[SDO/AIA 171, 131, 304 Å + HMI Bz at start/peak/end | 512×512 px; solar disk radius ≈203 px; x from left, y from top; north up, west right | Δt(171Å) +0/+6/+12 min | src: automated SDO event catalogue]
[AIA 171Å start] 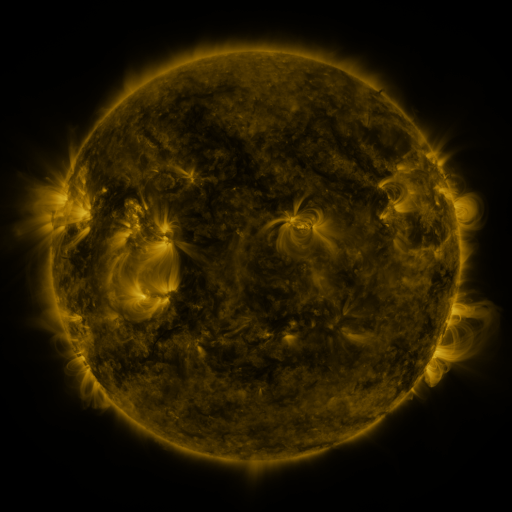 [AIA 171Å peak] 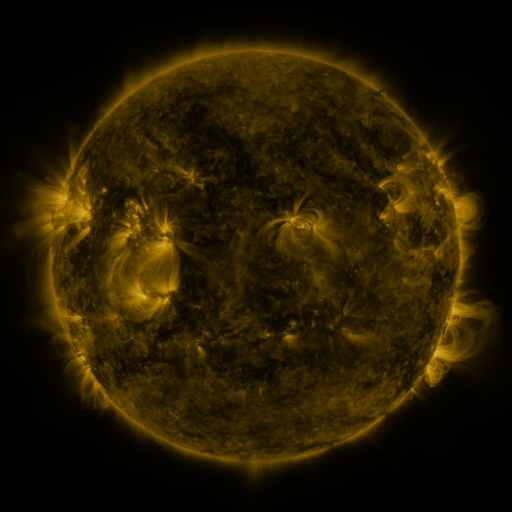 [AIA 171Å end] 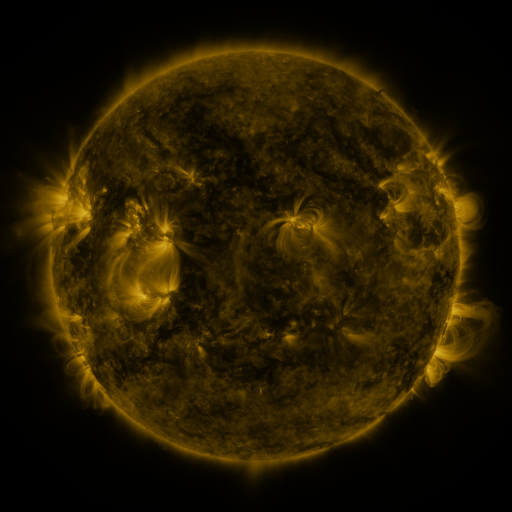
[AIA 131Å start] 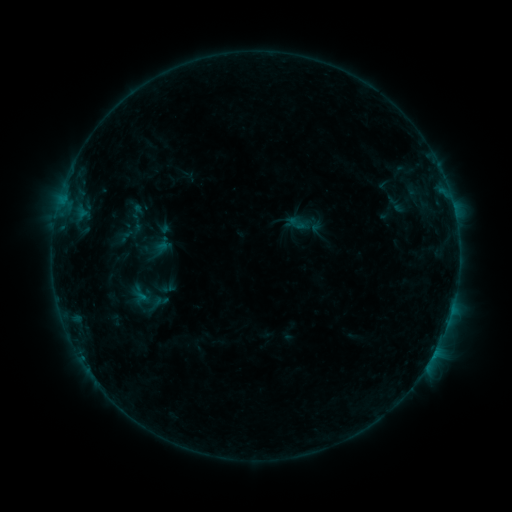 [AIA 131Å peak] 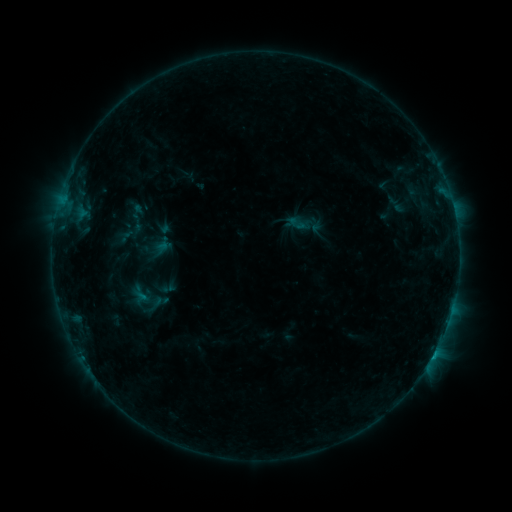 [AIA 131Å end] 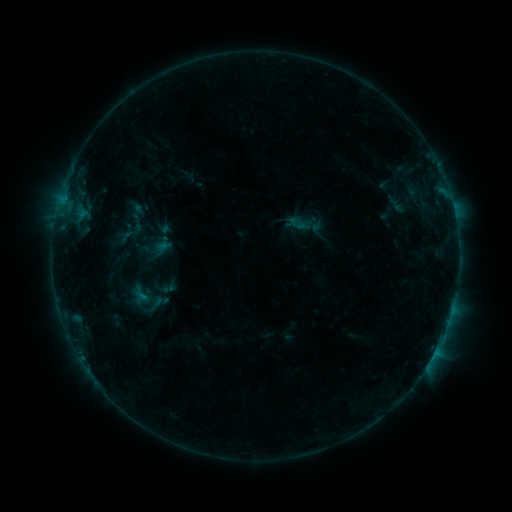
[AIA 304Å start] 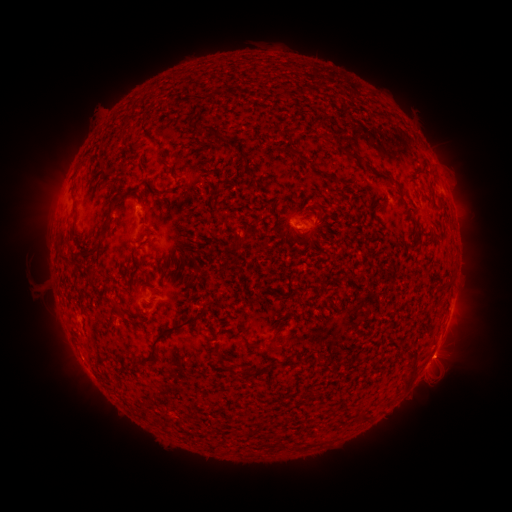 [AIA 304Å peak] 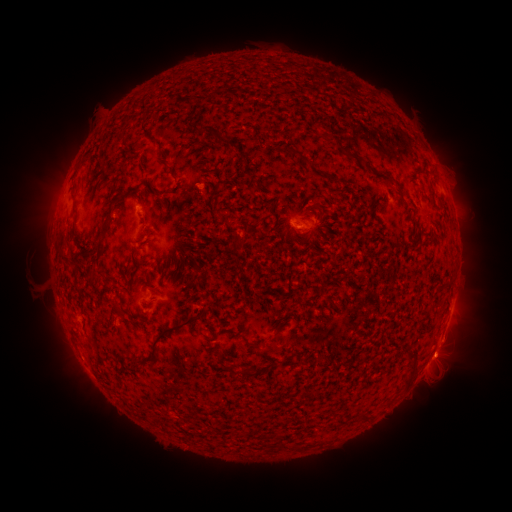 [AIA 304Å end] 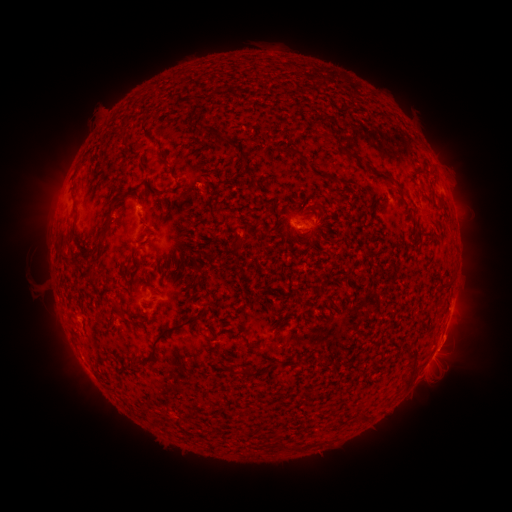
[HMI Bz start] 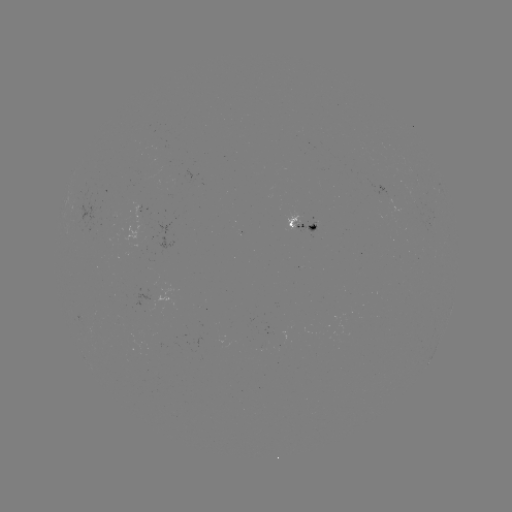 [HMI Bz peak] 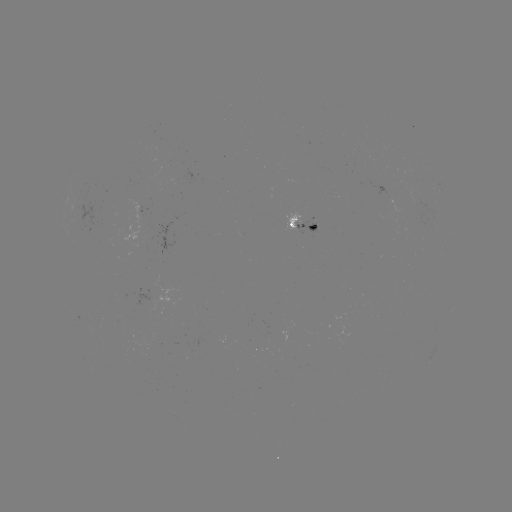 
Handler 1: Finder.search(B4.4 flare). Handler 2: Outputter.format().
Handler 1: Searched B4.4 flare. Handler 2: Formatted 431,357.